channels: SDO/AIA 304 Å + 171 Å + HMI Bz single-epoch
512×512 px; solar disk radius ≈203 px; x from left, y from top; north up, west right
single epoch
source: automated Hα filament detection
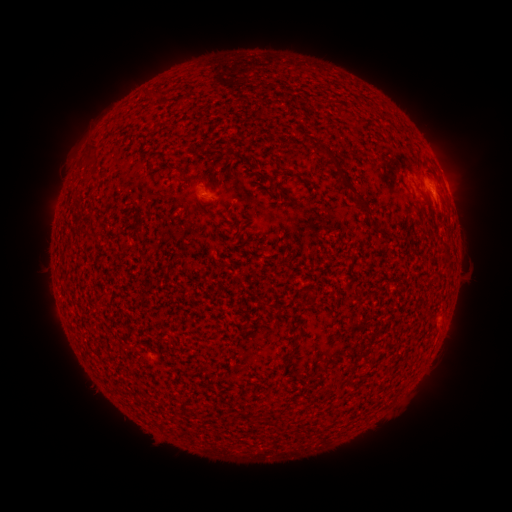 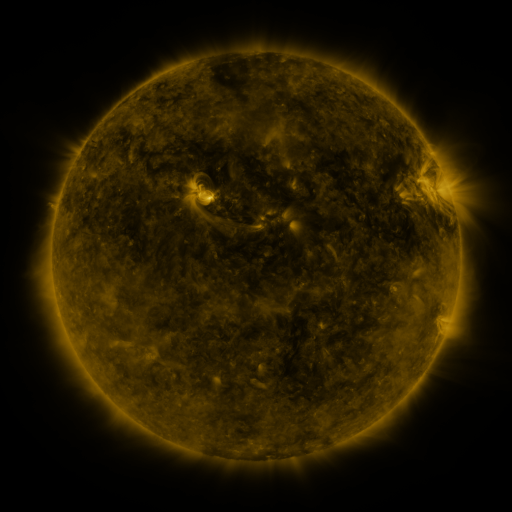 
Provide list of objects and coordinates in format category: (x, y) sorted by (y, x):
filament: (162, 93)
filament: (323, 150)
filament: (197, 175)
filament: (265, 178)
filament: (354, 193)
filament: (426, 205)
filament: (86, 231)
filament: (378, 232)
filament: (136, 234)
filament: (287, 354)
